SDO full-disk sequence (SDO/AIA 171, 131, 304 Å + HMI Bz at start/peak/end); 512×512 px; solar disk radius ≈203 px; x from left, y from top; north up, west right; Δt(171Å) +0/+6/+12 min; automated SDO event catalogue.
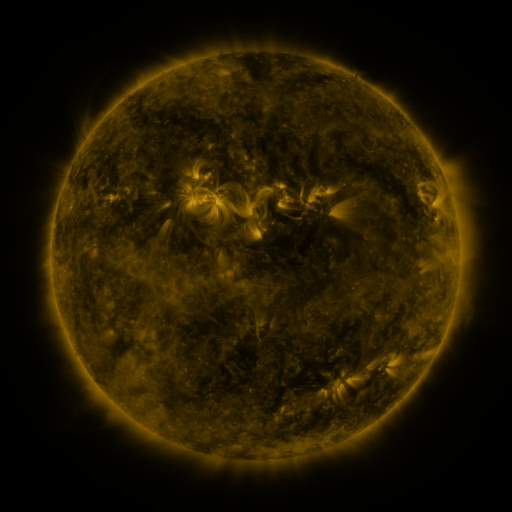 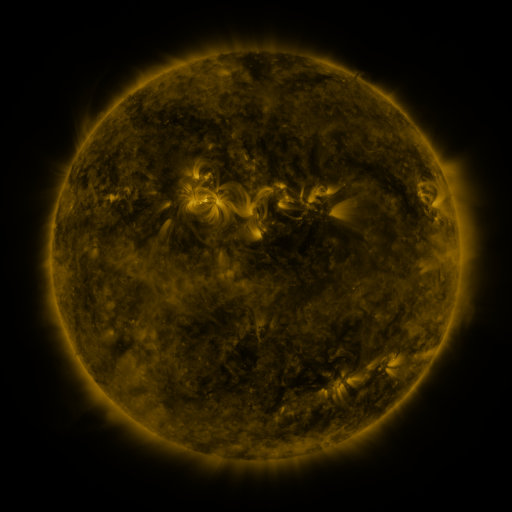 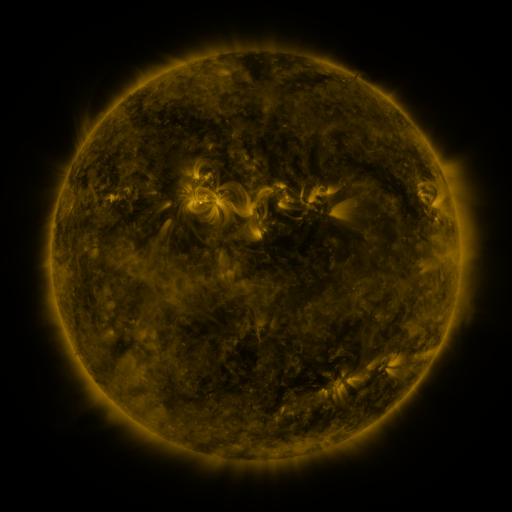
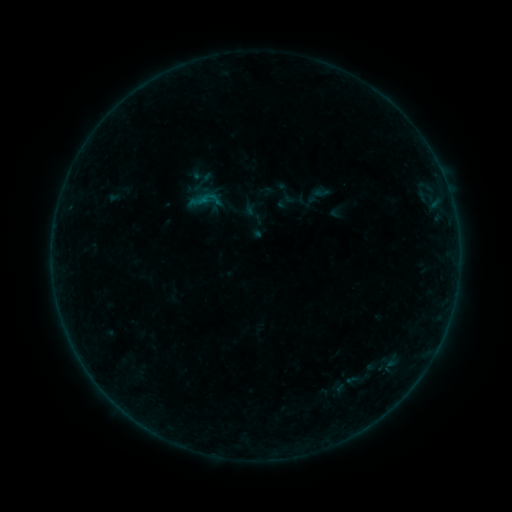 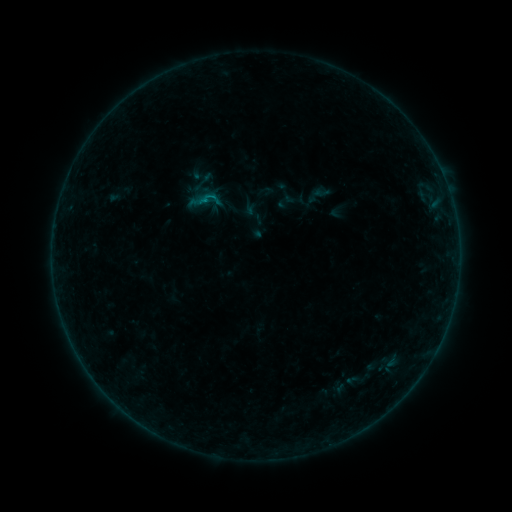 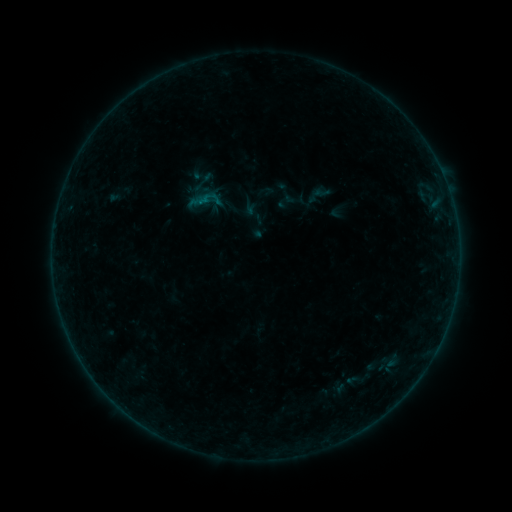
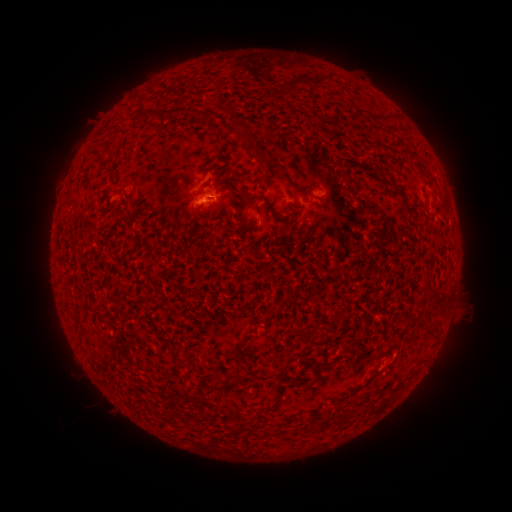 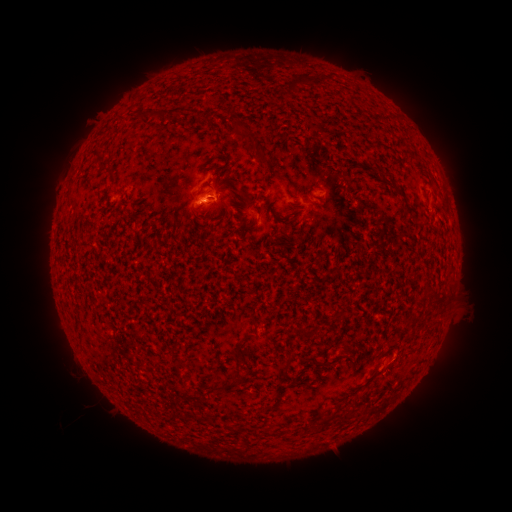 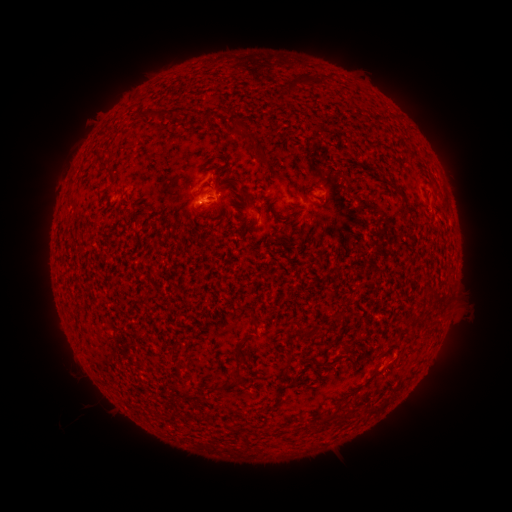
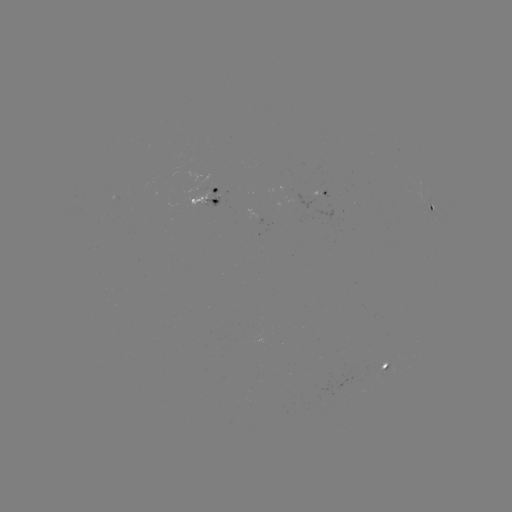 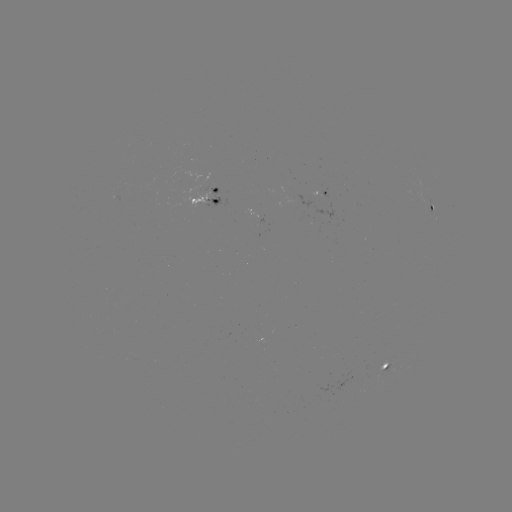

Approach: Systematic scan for B1.9 flare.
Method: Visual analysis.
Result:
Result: B1.9 flare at [206, 202].